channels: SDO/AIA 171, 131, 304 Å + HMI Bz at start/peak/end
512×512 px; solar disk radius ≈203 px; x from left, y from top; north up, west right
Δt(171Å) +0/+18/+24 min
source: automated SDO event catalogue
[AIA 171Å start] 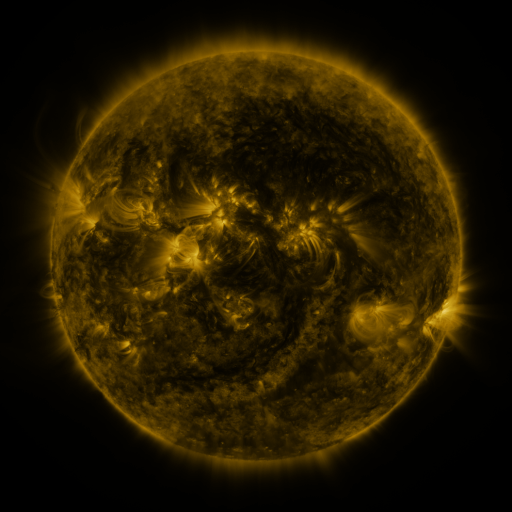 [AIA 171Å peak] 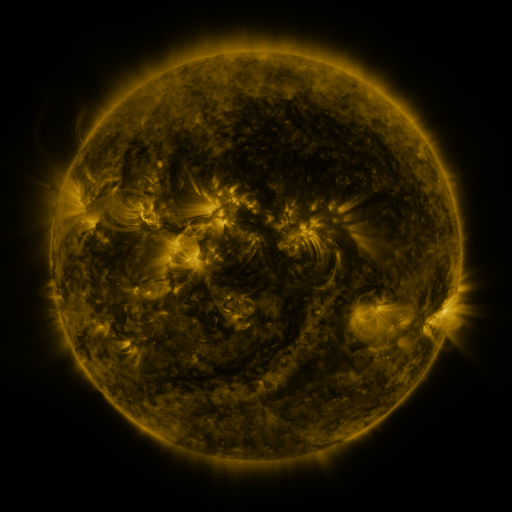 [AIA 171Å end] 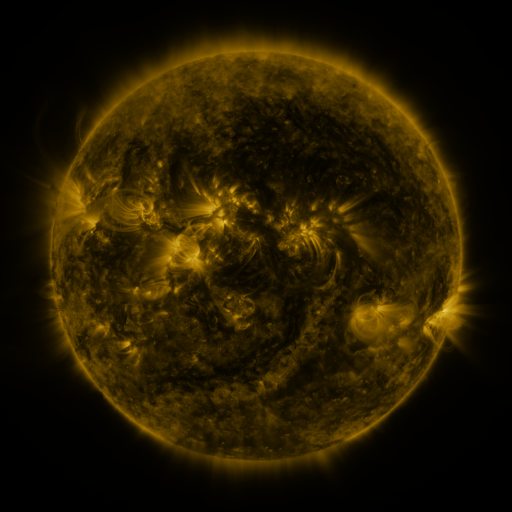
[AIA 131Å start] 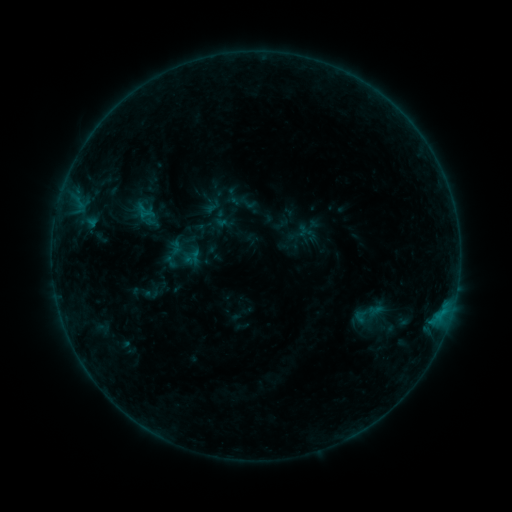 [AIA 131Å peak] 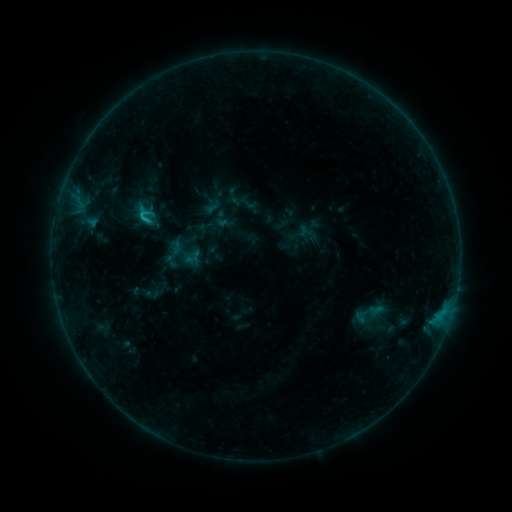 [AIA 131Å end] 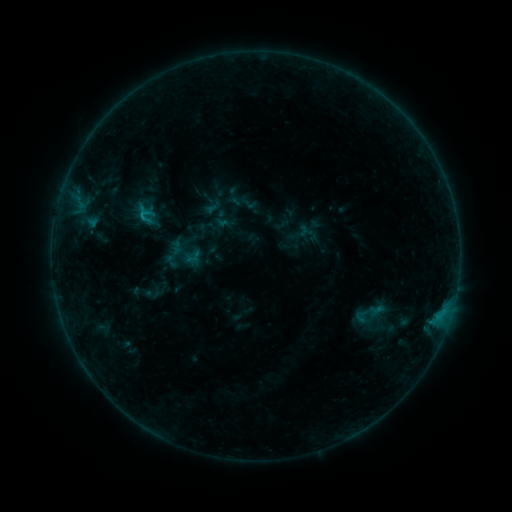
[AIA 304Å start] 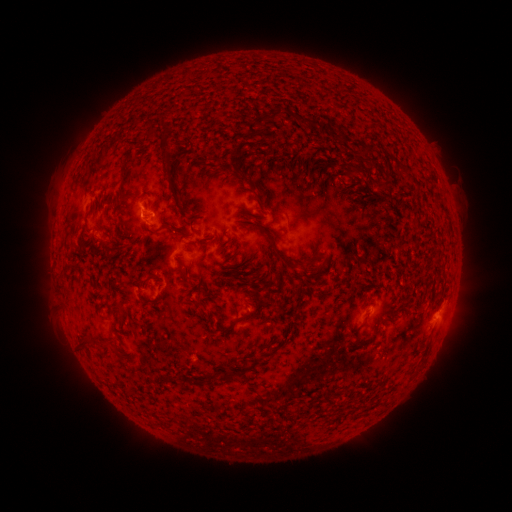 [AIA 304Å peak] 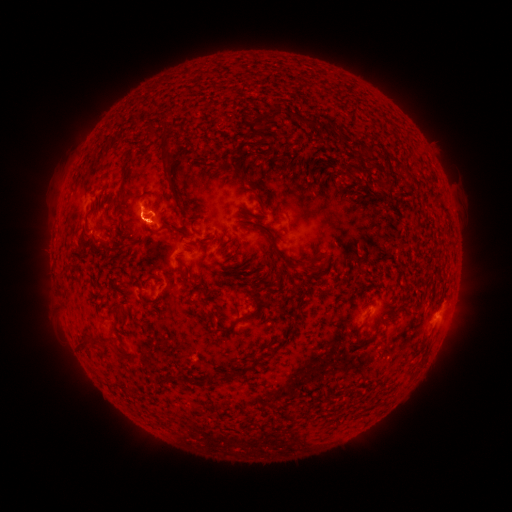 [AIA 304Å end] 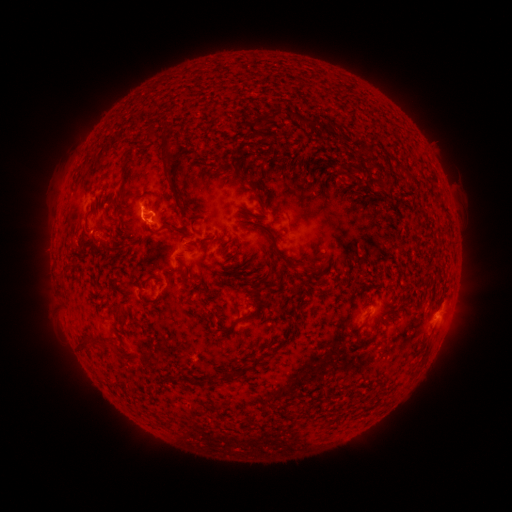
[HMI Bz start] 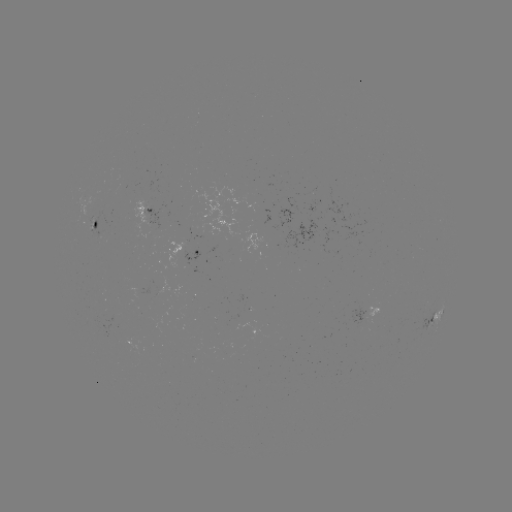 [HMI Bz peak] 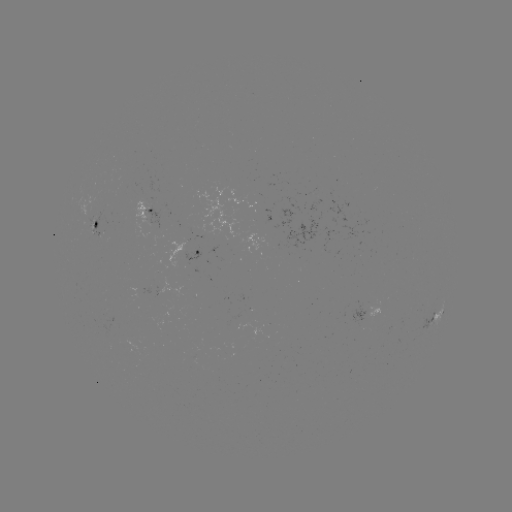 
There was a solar flare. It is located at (145, 219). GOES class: B8.0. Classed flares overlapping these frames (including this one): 1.